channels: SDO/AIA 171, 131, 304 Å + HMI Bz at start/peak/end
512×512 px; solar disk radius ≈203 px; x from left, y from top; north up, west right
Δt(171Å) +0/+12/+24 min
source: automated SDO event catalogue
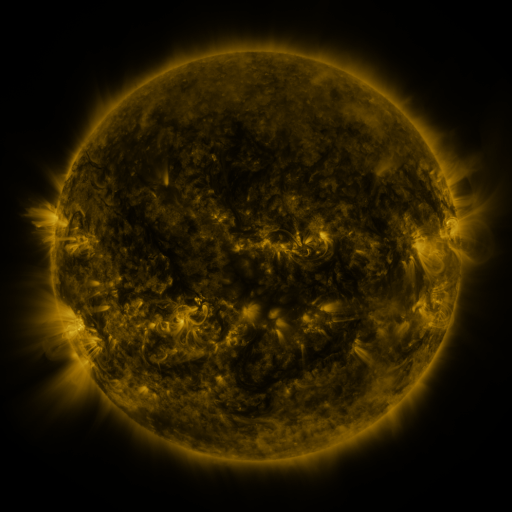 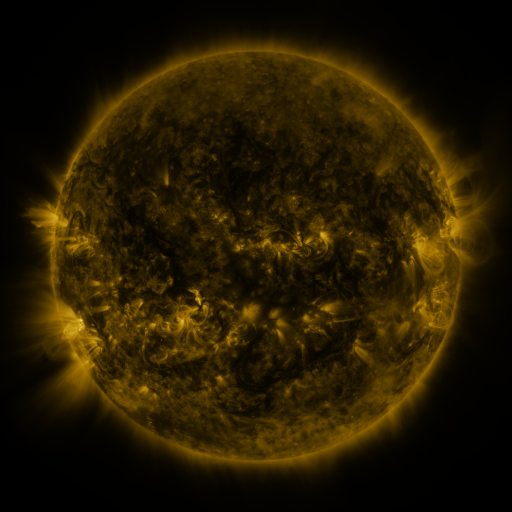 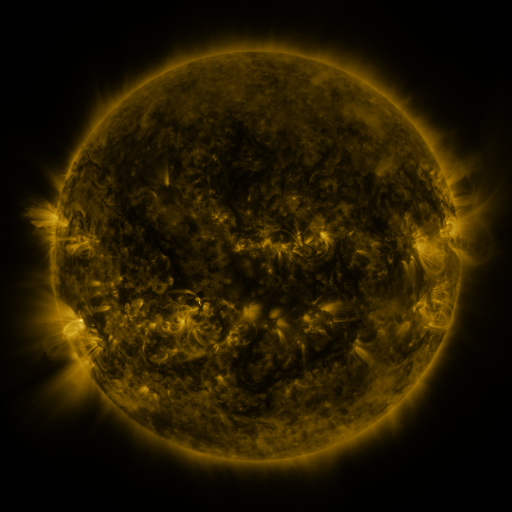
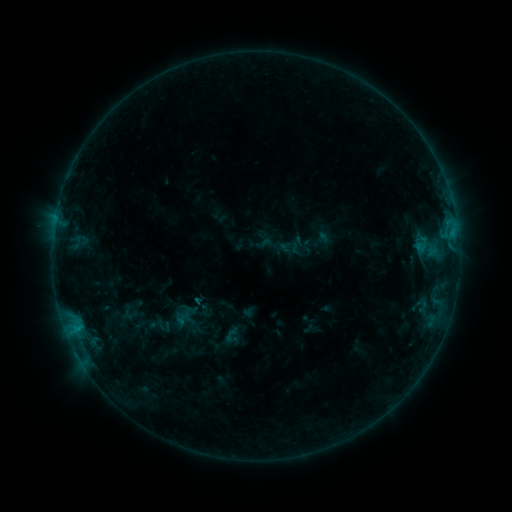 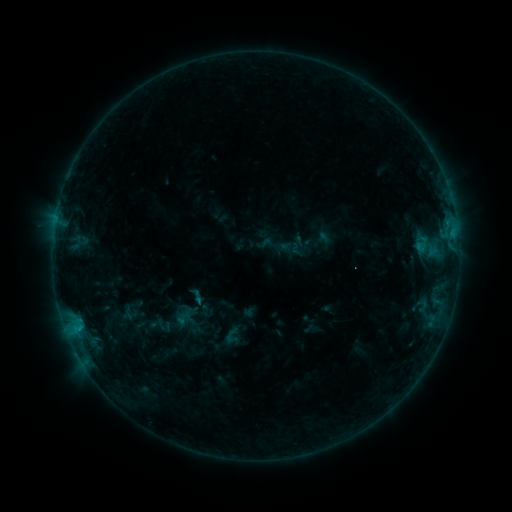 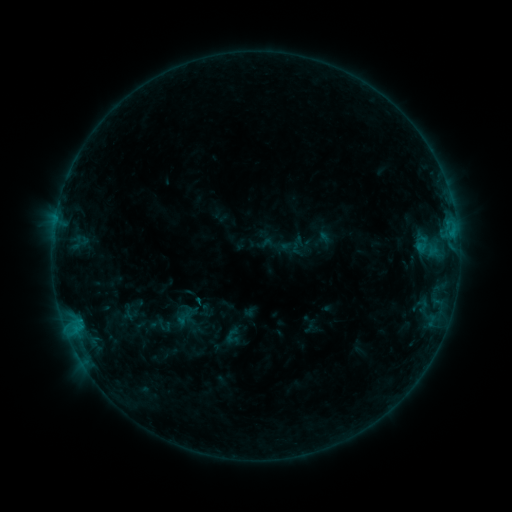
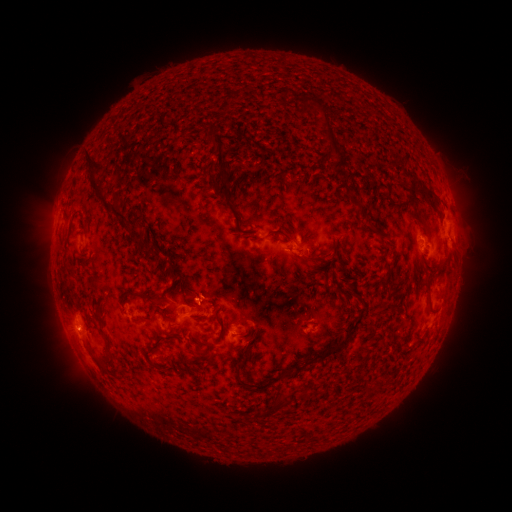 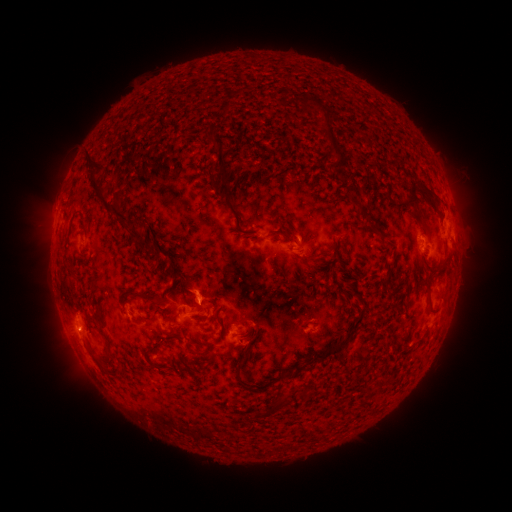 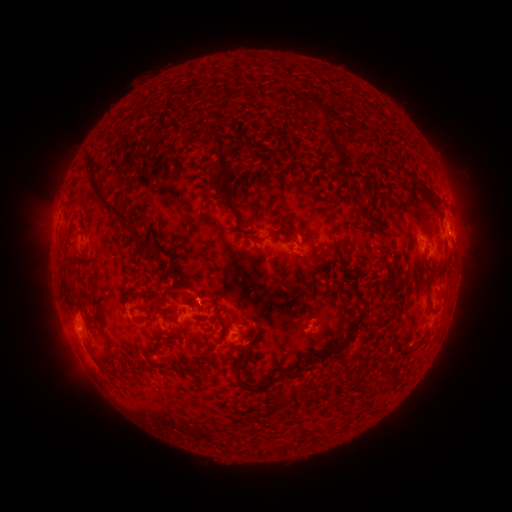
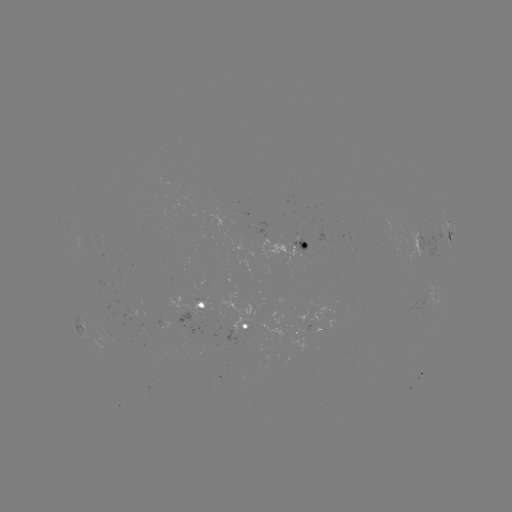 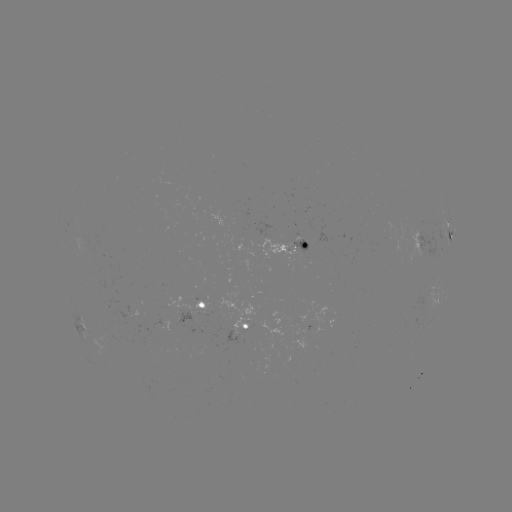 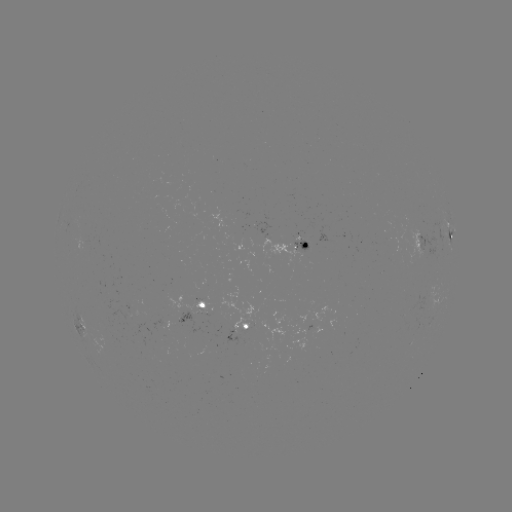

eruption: <bbox>154, 262, 223, 314</bbox>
